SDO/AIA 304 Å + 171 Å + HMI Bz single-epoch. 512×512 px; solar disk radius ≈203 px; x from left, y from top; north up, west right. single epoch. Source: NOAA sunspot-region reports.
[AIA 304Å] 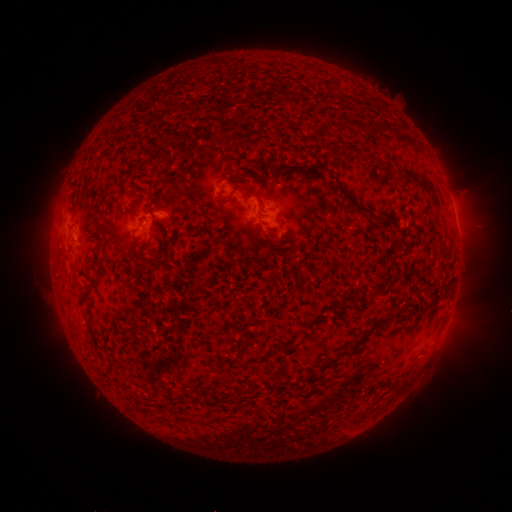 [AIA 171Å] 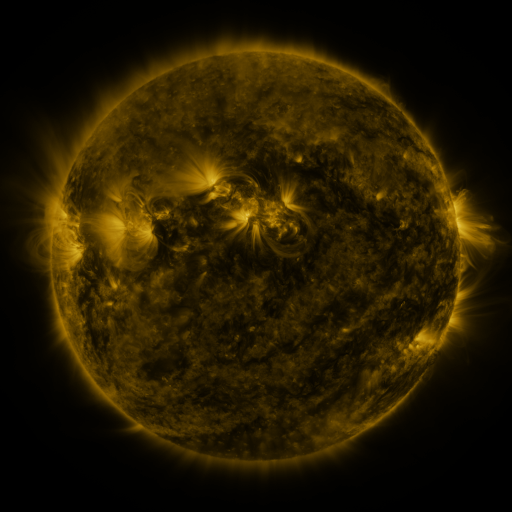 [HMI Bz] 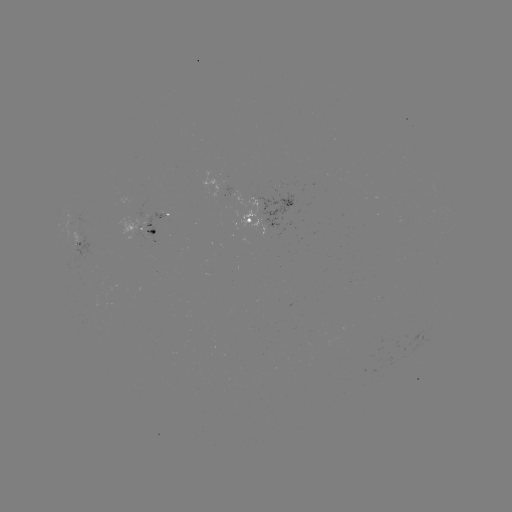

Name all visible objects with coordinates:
spotted active region: (159, 214)
spotted active region: (262, 219)
spotted active region: (145, 232)
spotted active region: (81, 244)
